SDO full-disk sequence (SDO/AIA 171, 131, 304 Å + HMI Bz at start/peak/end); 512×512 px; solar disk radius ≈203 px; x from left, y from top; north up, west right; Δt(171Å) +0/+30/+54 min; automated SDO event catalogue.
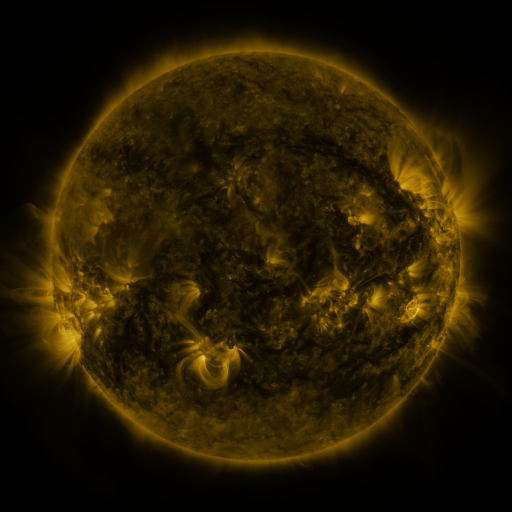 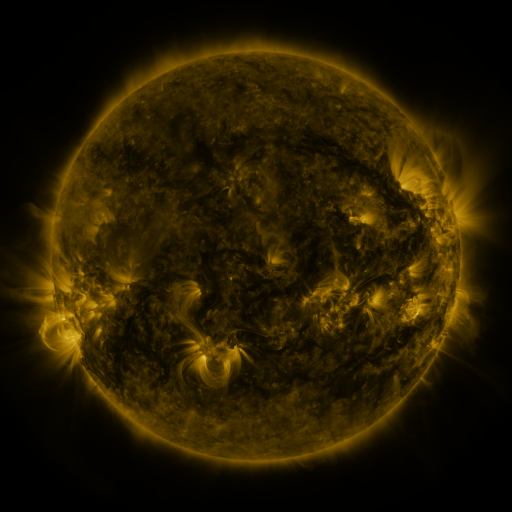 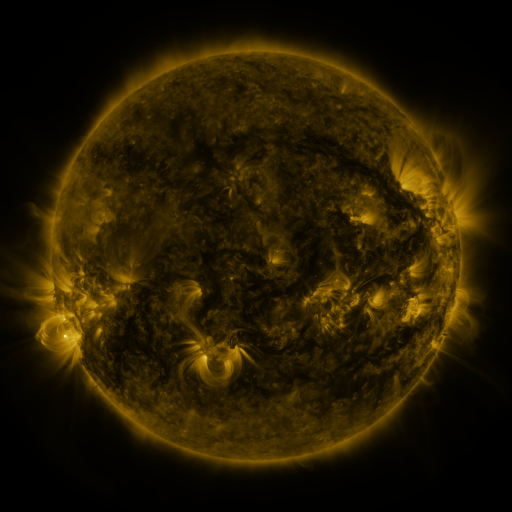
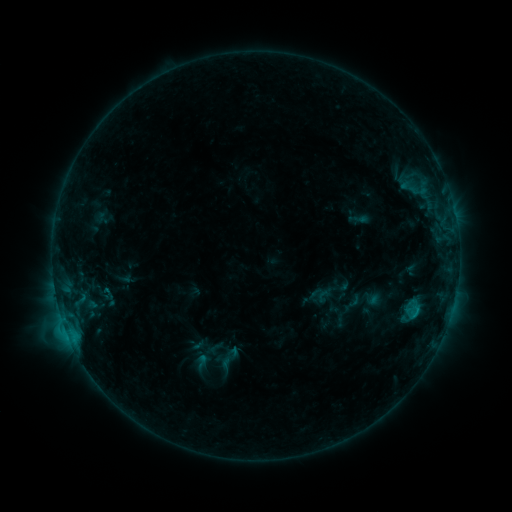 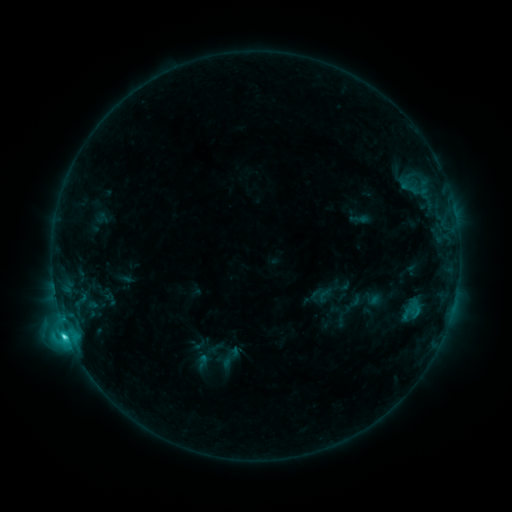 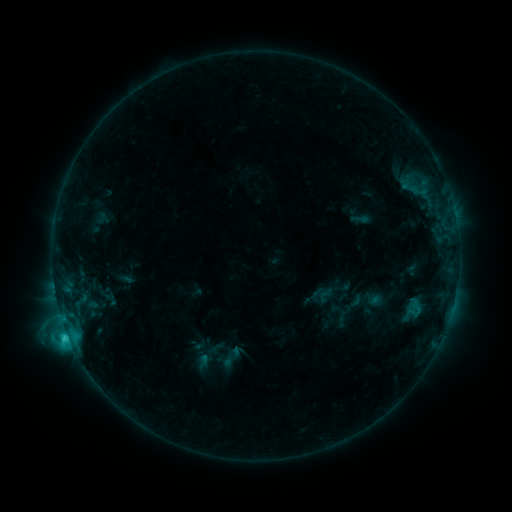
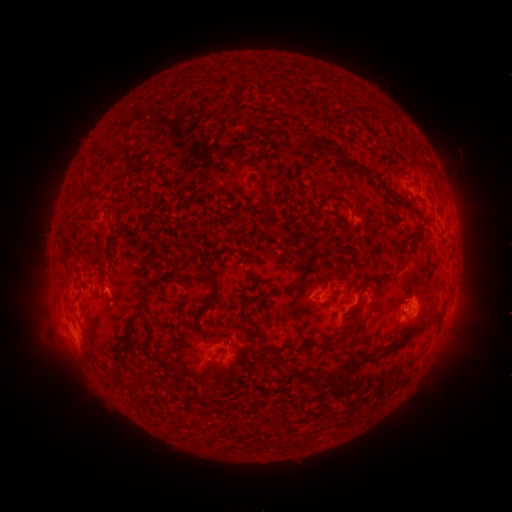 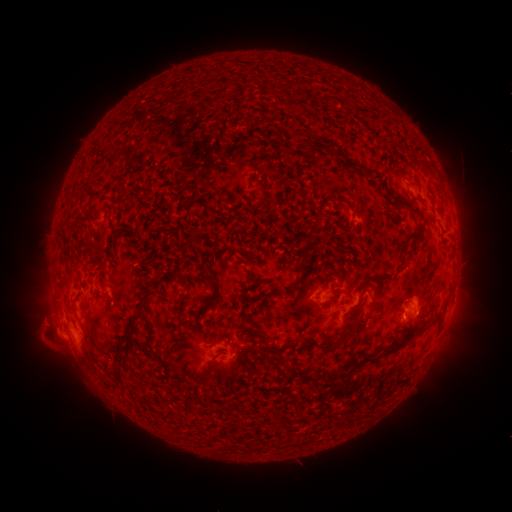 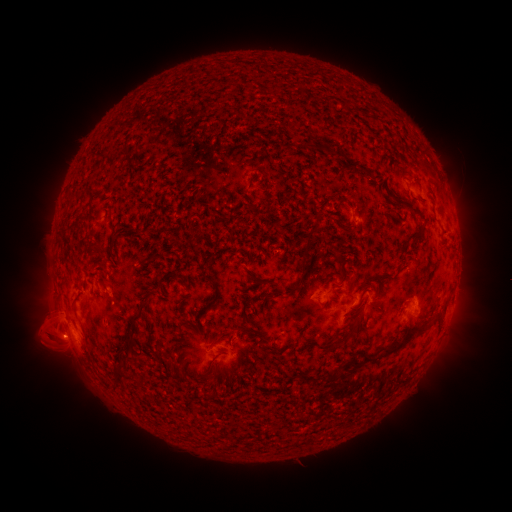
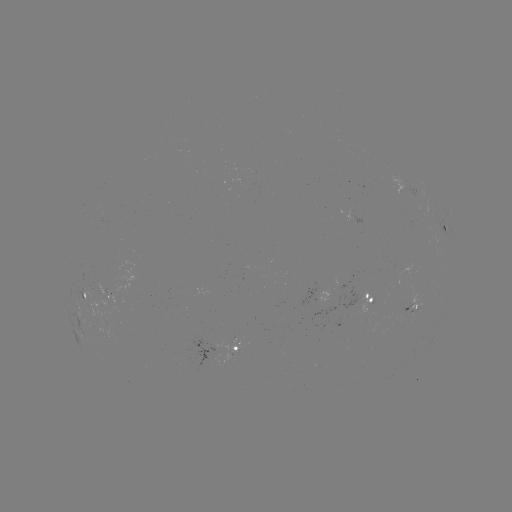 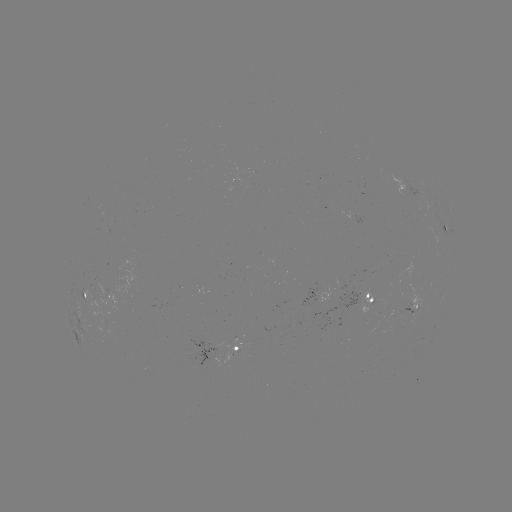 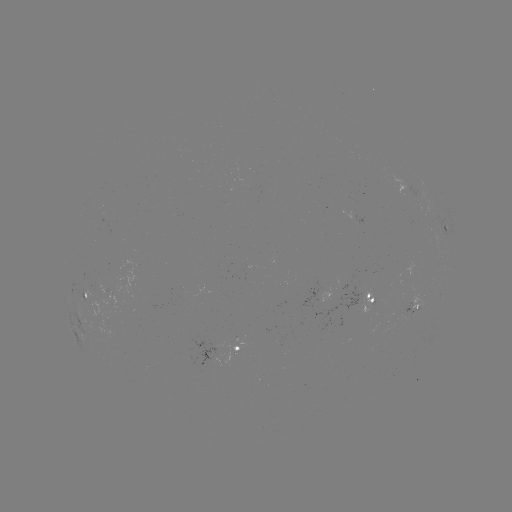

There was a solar flare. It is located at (67, 331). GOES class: C3.2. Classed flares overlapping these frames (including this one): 1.